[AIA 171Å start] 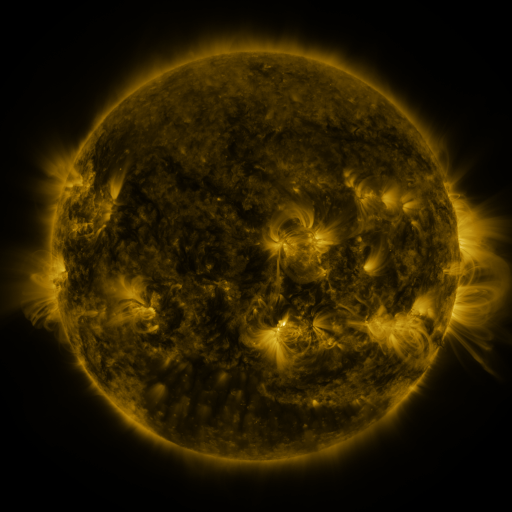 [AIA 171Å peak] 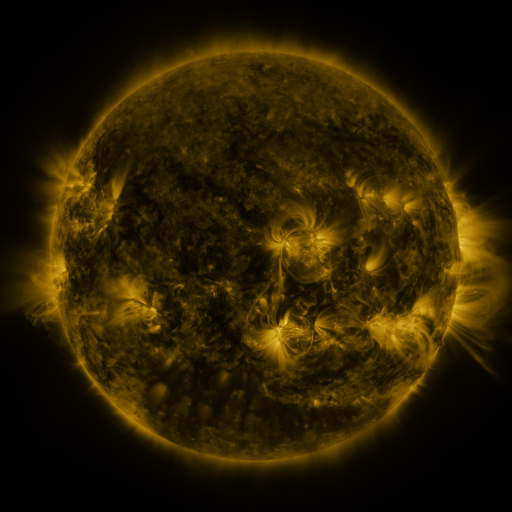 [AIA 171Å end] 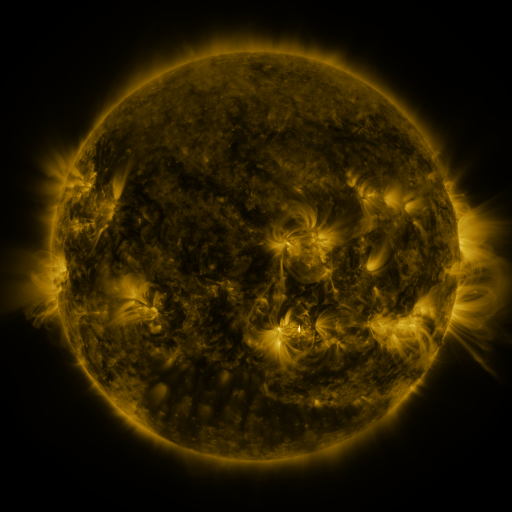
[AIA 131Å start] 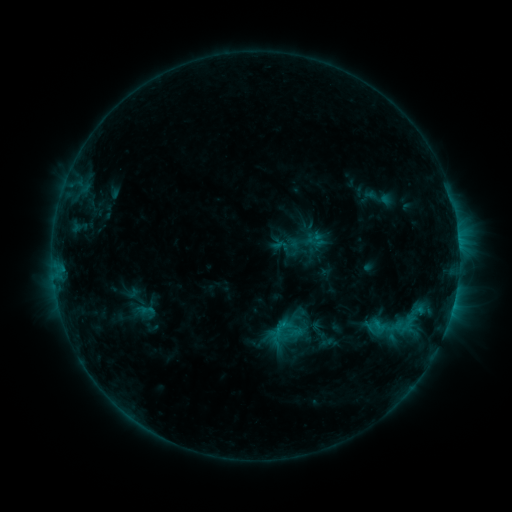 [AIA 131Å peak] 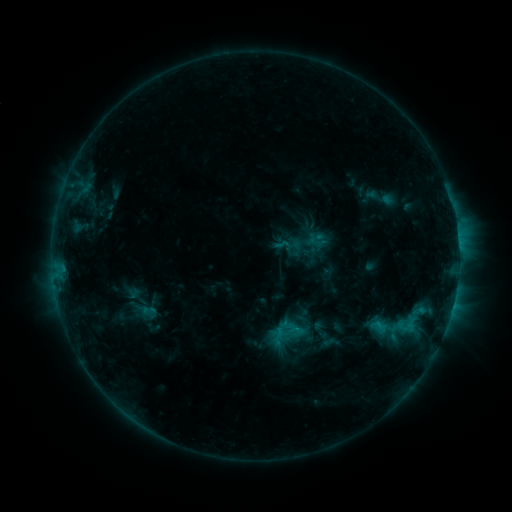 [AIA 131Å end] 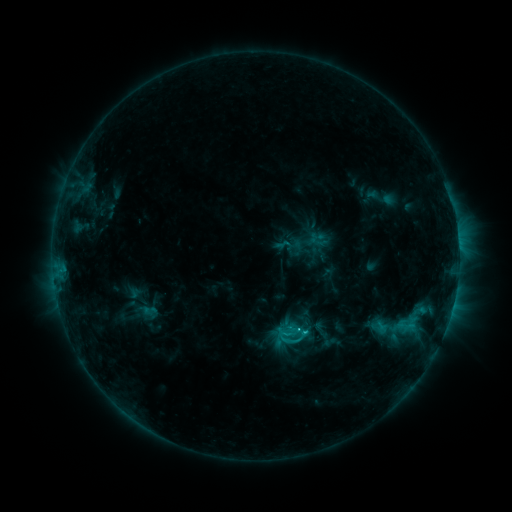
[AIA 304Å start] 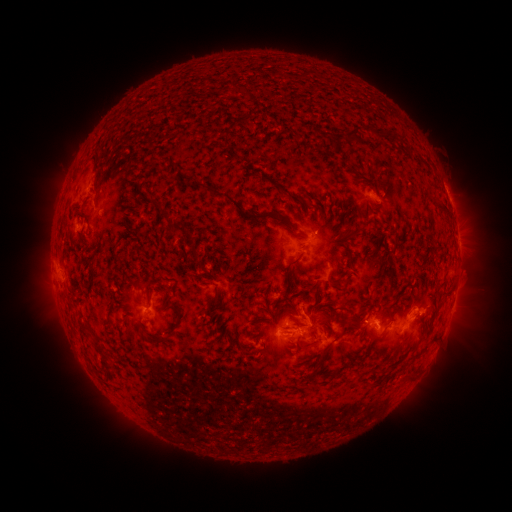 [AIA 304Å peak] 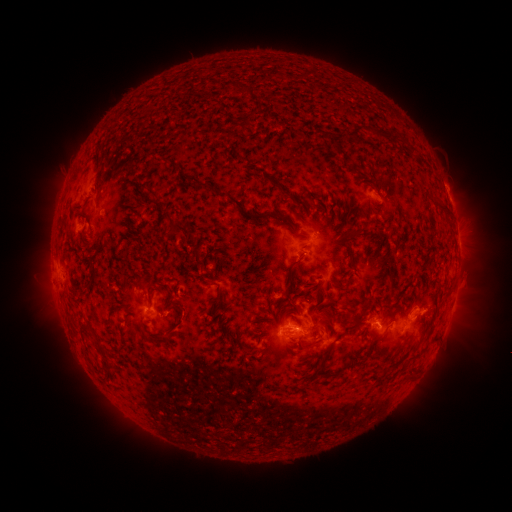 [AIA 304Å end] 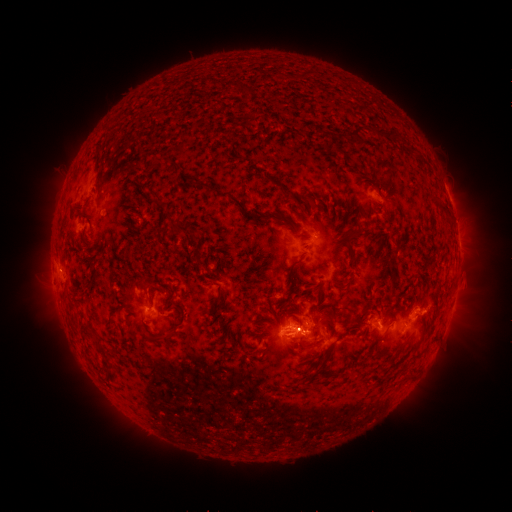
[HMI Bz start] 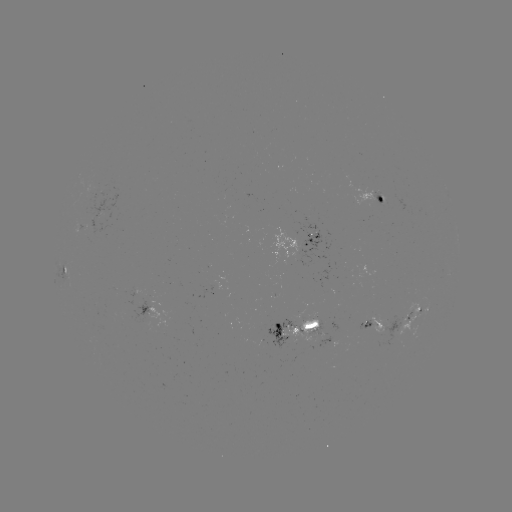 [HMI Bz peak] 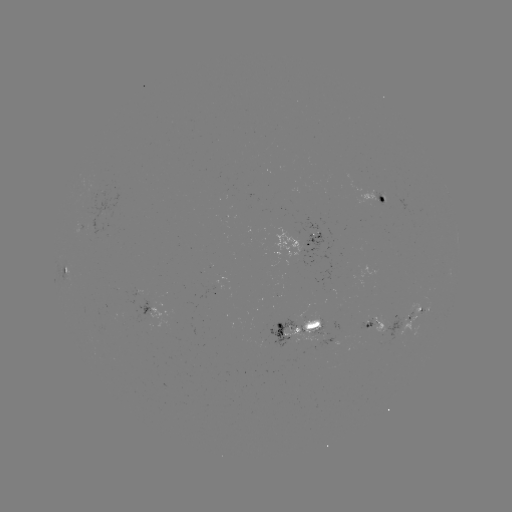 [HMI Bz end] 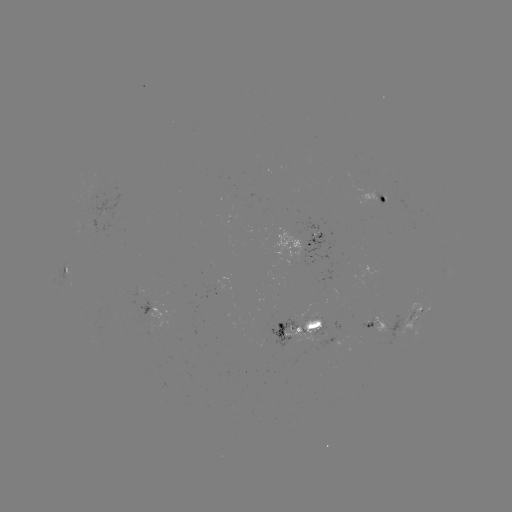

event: emerging-flux region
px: (179, 284)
